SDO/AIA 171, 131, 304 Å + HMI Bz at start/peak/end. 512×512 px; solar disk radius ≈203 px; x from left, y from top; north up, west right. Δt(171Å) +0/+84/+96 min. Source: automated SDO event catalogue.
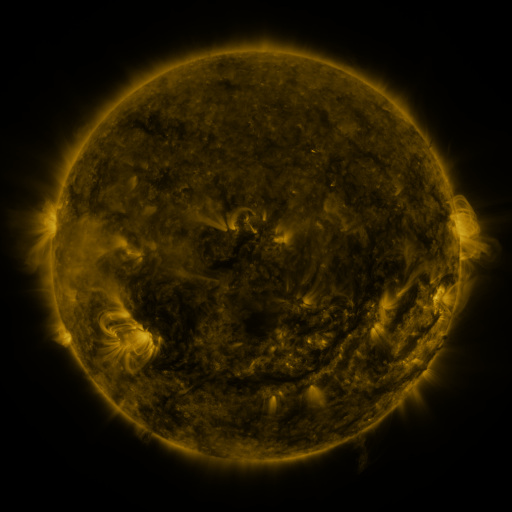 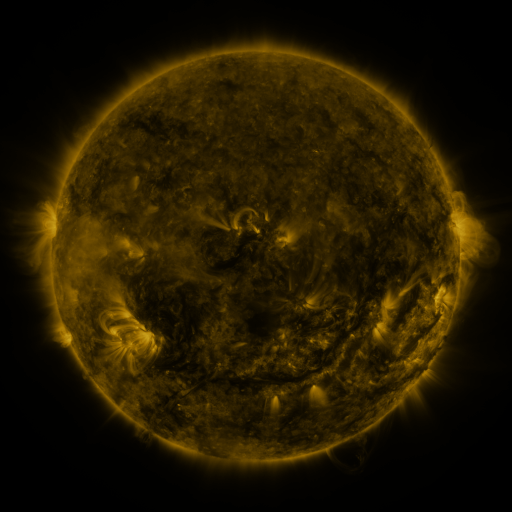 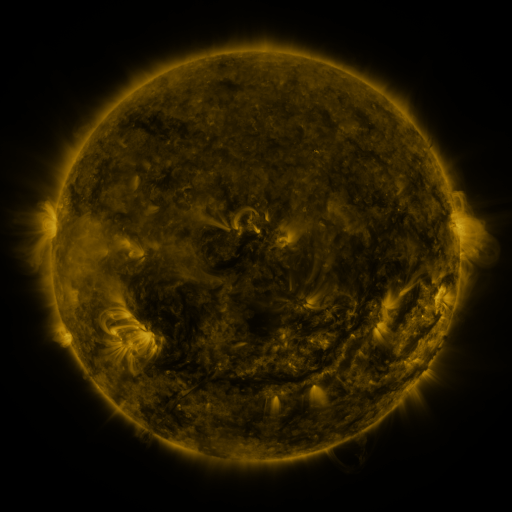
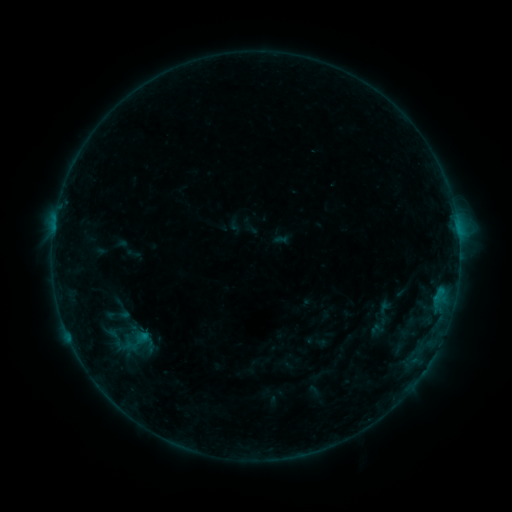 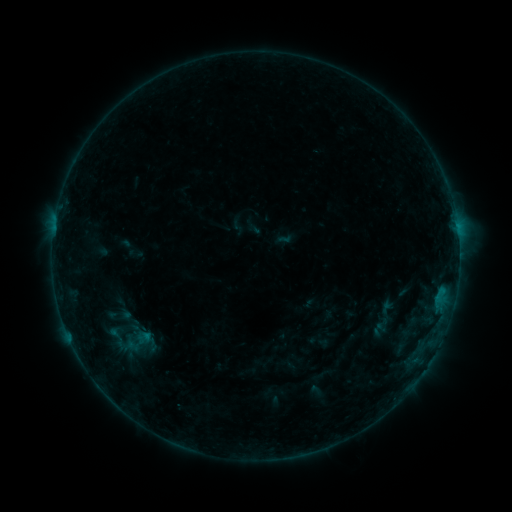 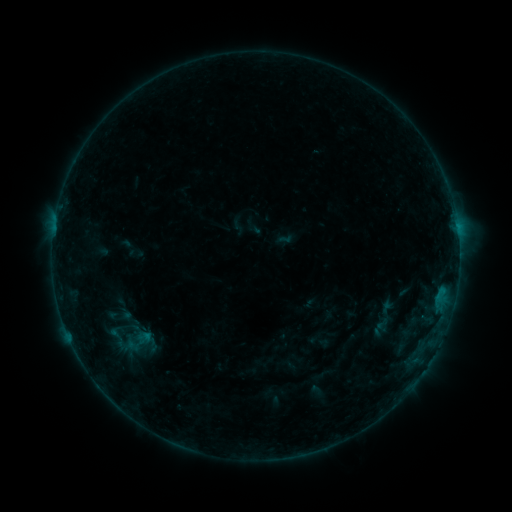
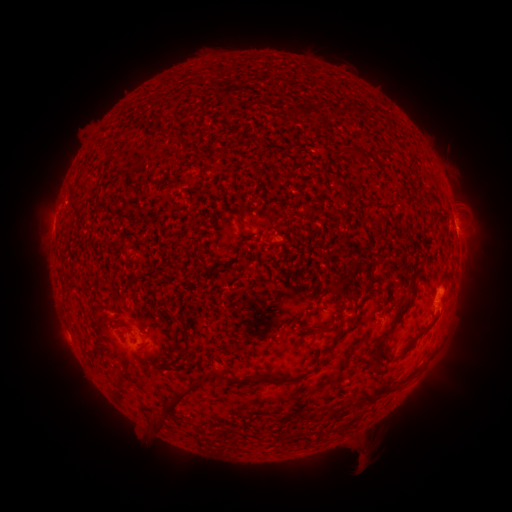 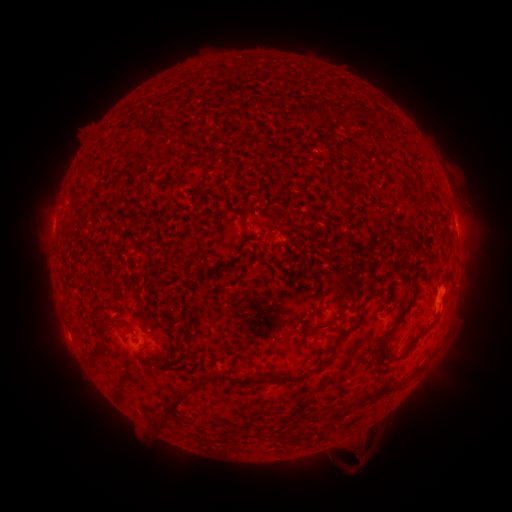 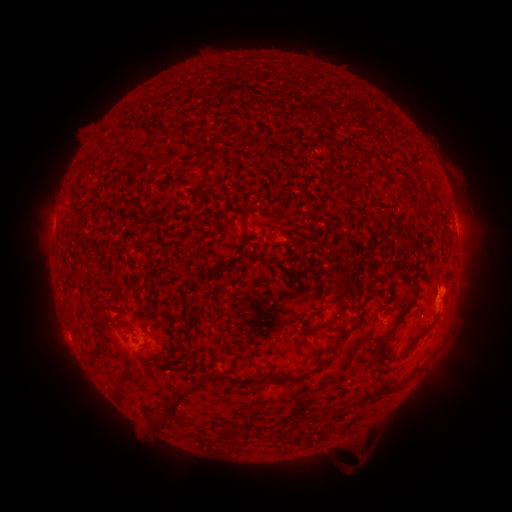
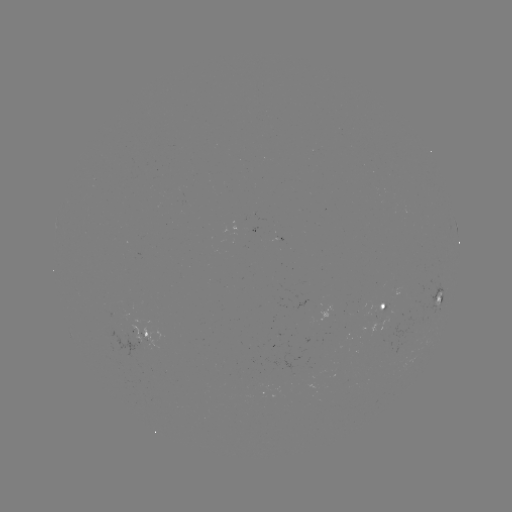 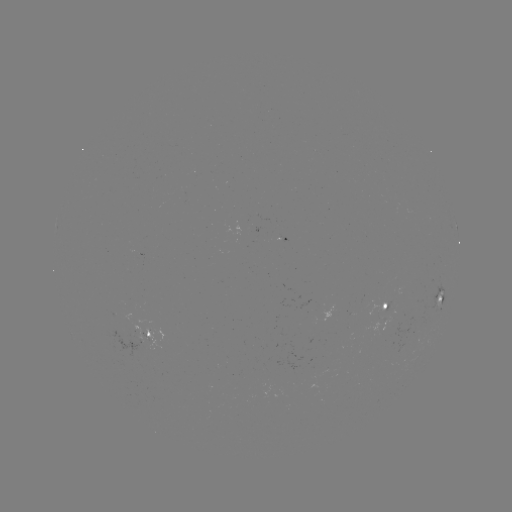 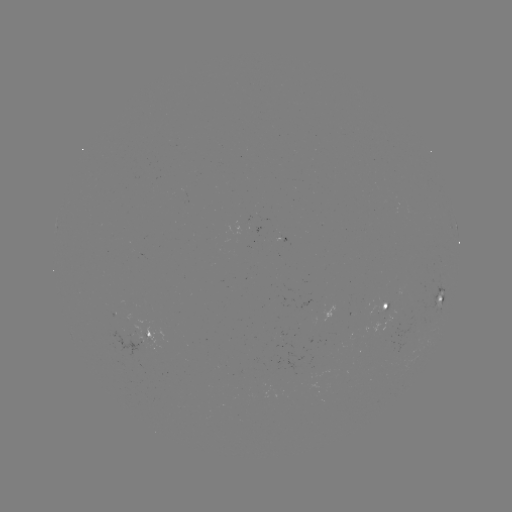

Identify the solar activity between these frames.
emerging-flux region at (380, 309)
